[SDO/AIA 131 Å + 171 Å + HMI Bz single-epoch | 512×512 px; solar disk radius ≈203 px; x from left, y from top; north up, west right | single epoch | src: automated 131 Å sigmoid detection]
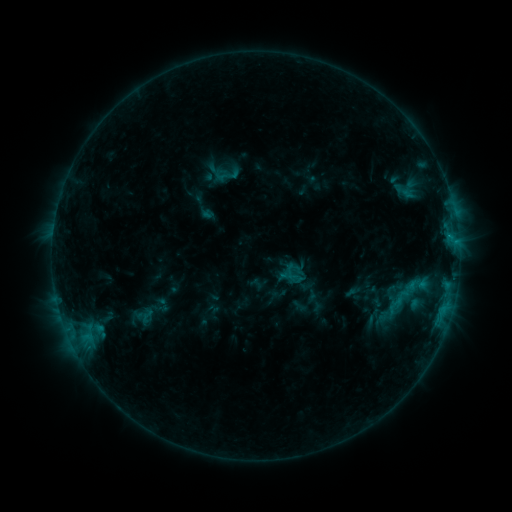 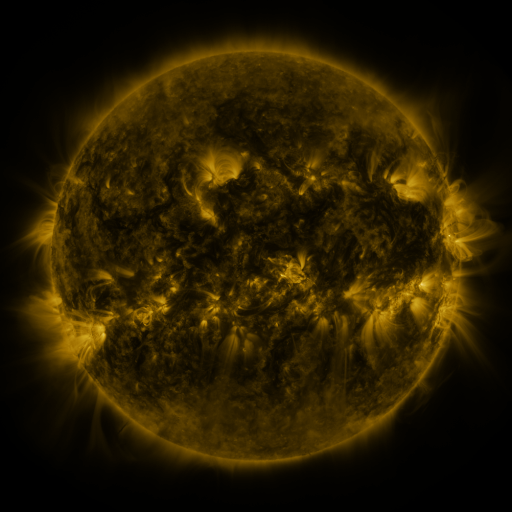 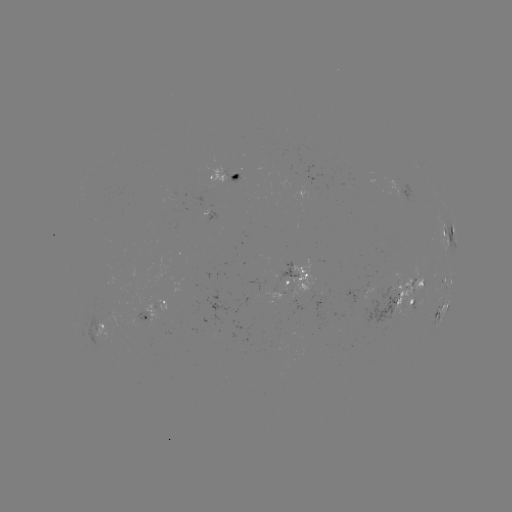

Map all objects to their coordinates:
sigmoid: (401, 298)
